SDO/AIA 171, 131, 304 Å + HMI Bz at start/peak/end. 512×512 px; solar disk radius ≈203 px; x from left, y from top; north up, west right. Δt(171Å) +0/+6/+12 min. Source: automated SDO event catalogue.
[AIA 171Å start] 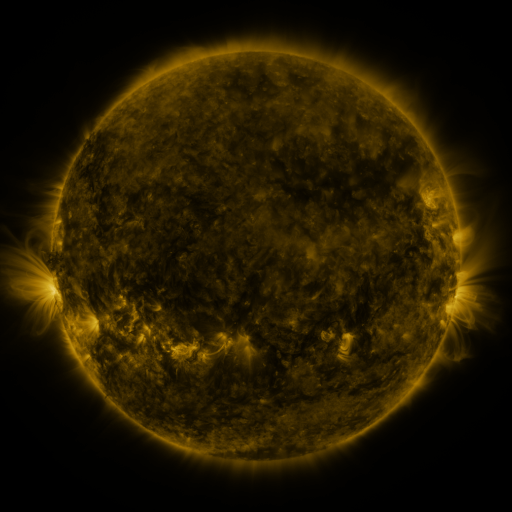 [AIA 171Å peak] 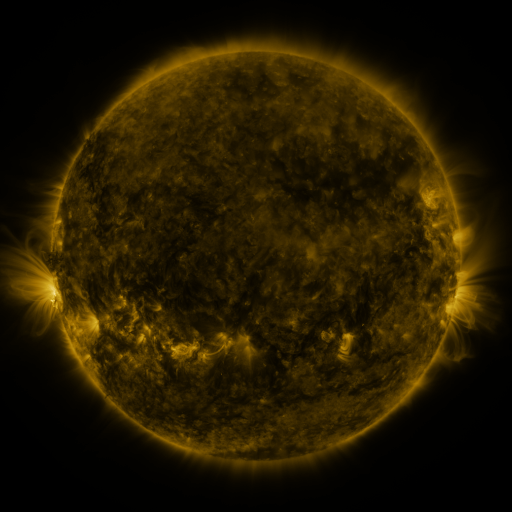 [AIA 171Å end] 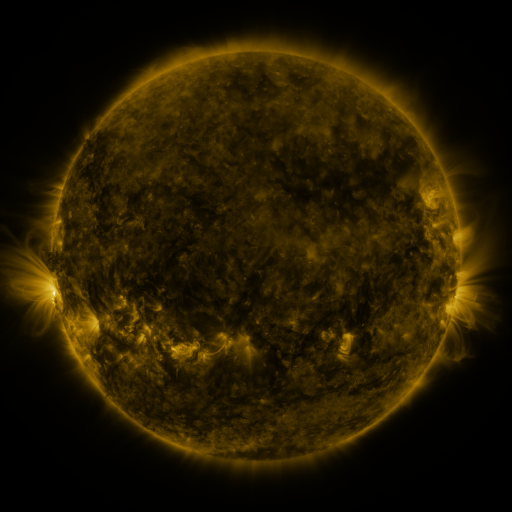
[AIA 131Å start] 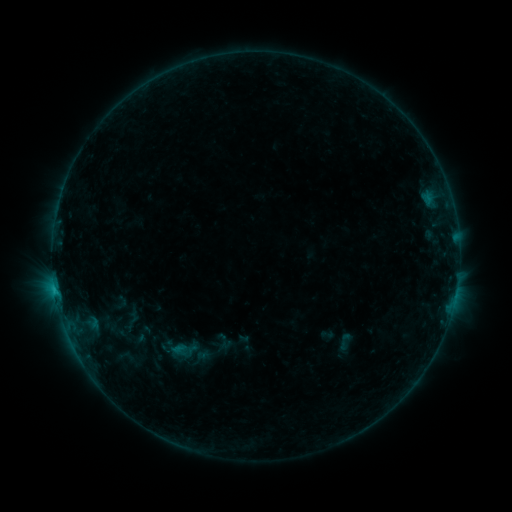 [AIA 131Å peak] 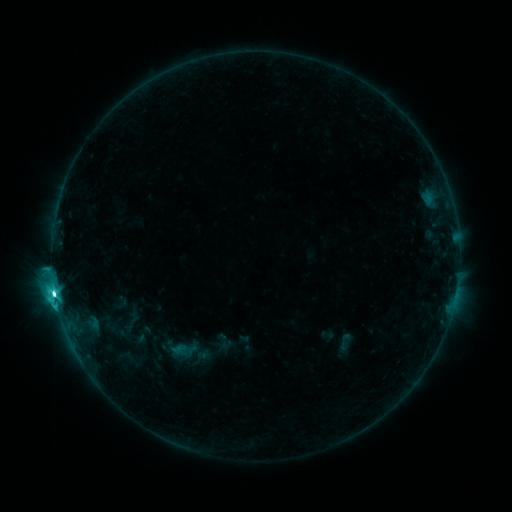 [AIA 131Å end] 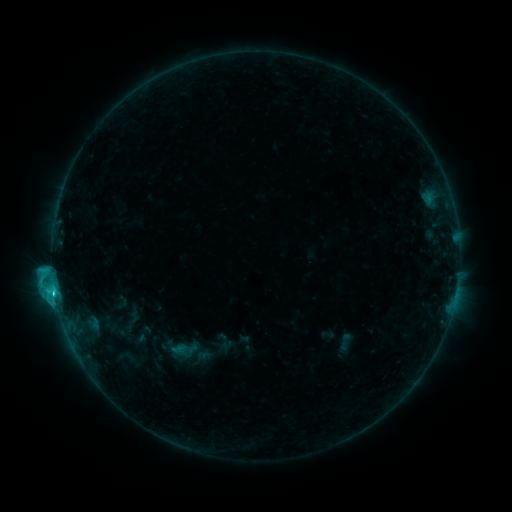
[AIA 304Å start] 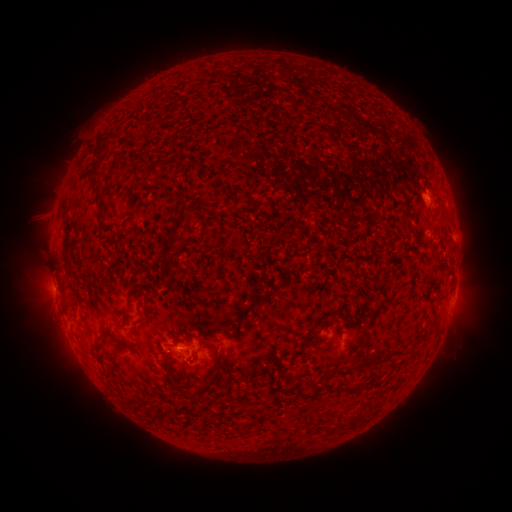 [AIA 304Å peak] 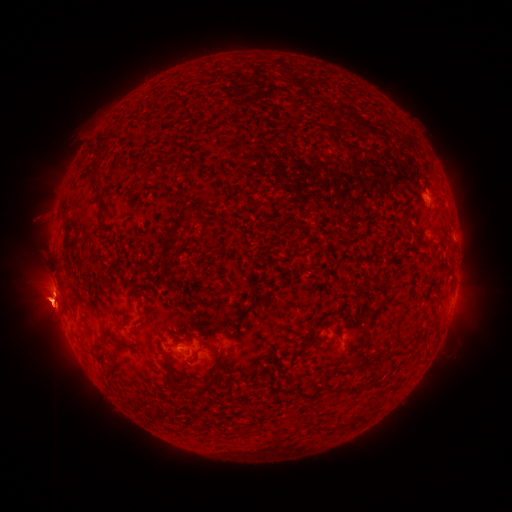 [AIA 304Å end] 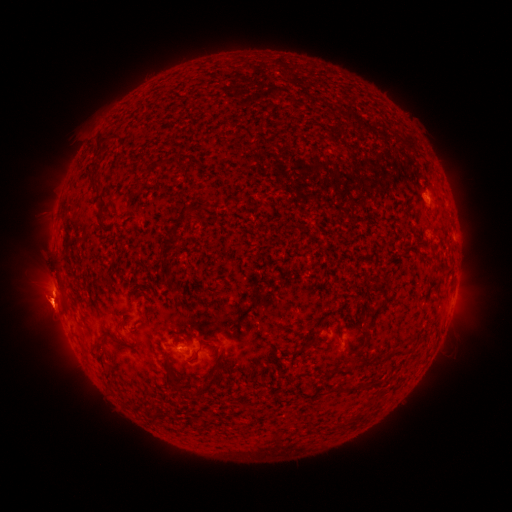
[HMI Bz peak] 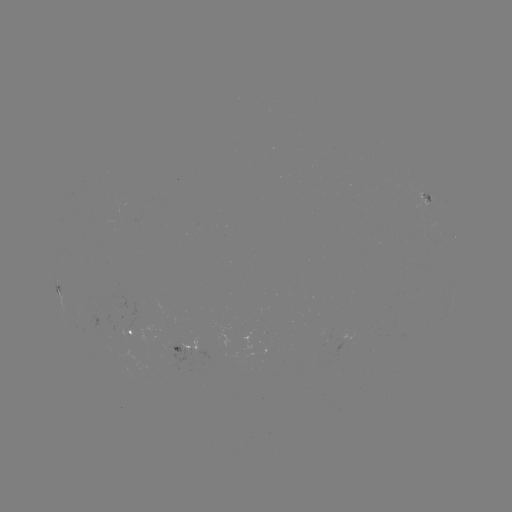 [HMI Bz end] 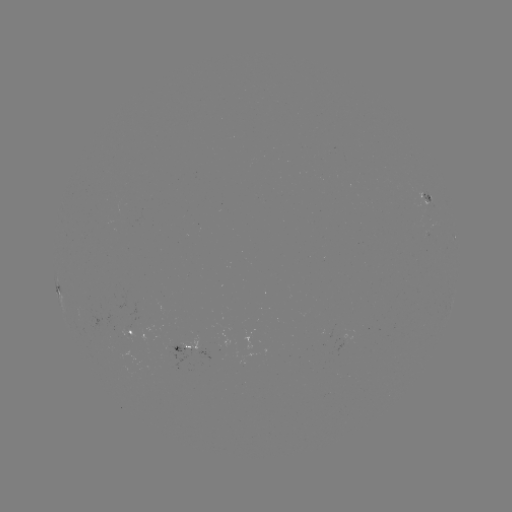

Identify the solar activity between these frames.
eruption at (49, 304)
